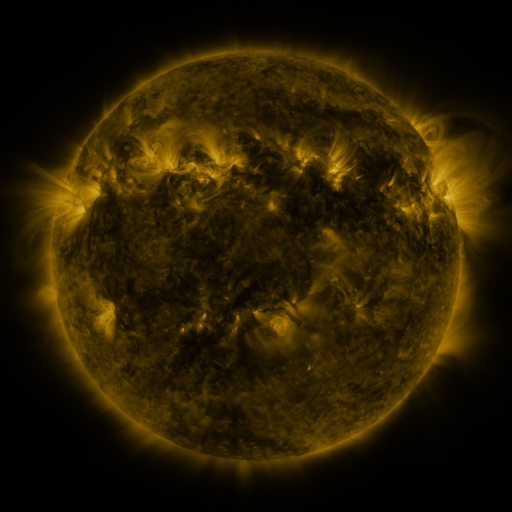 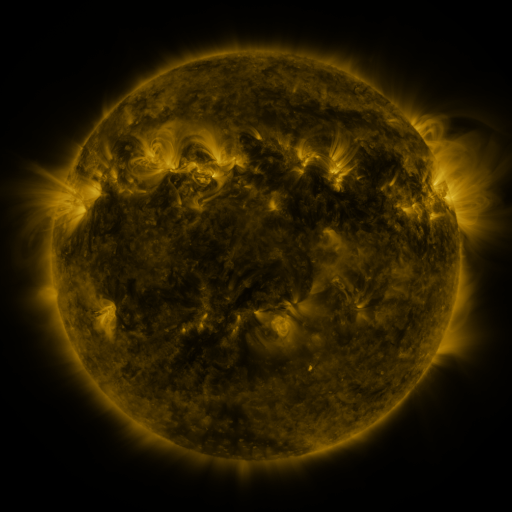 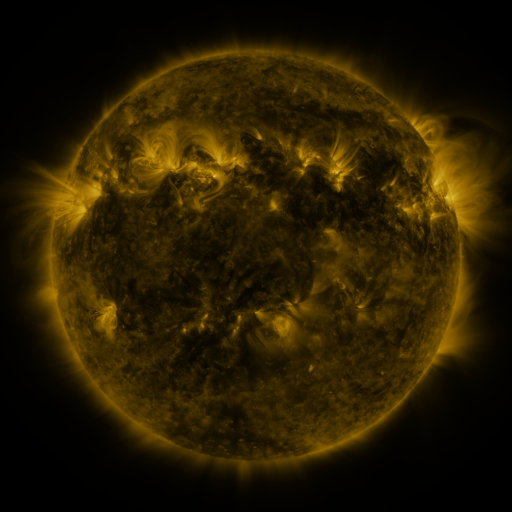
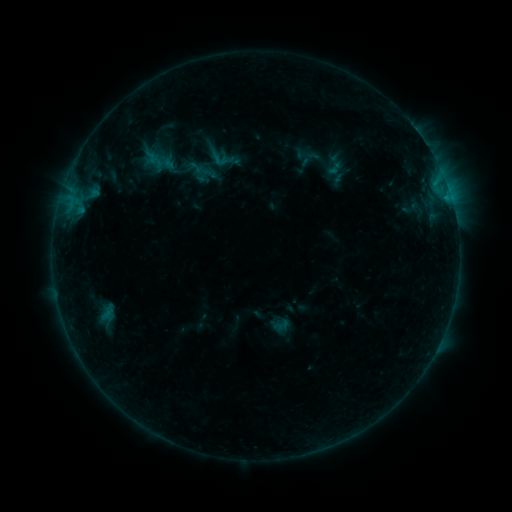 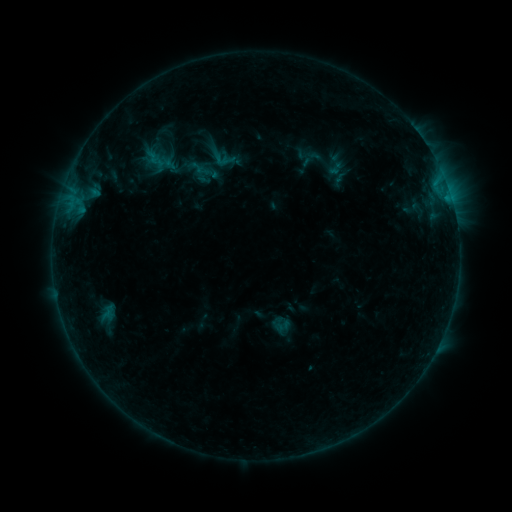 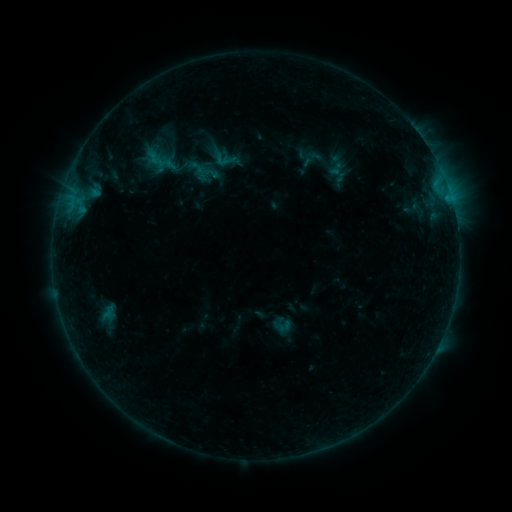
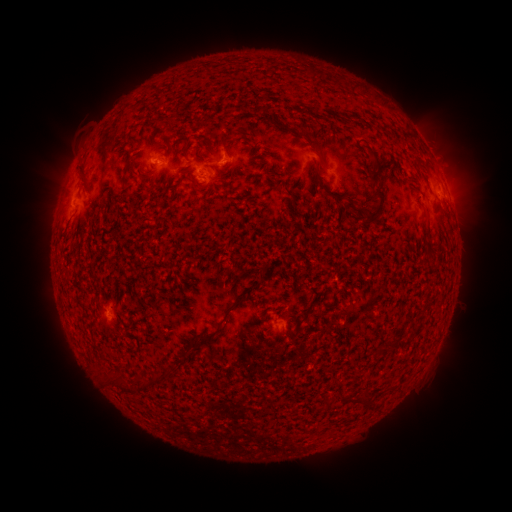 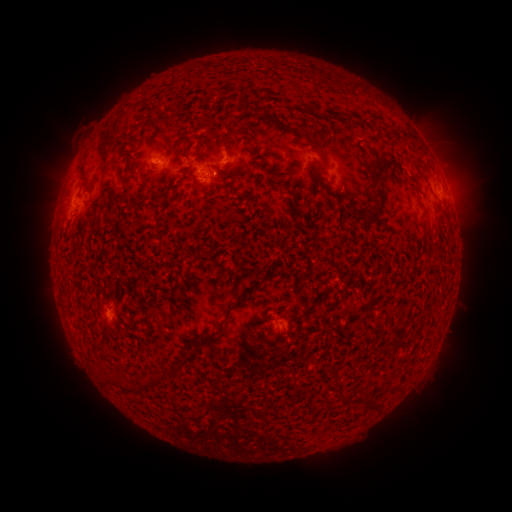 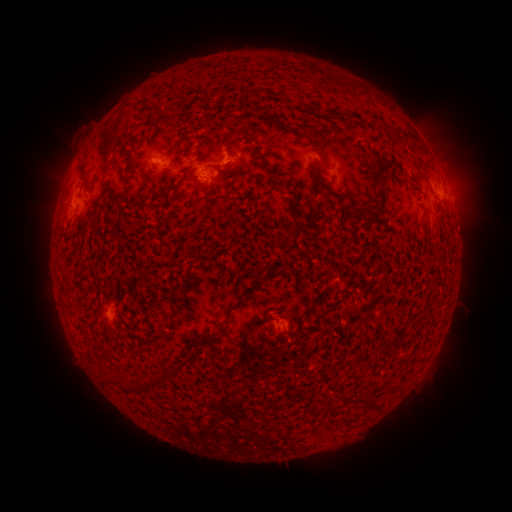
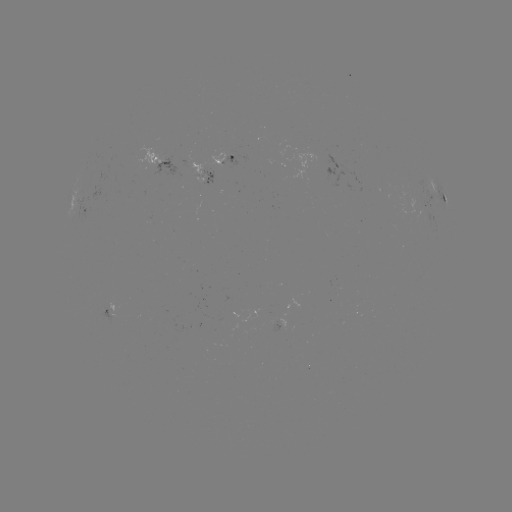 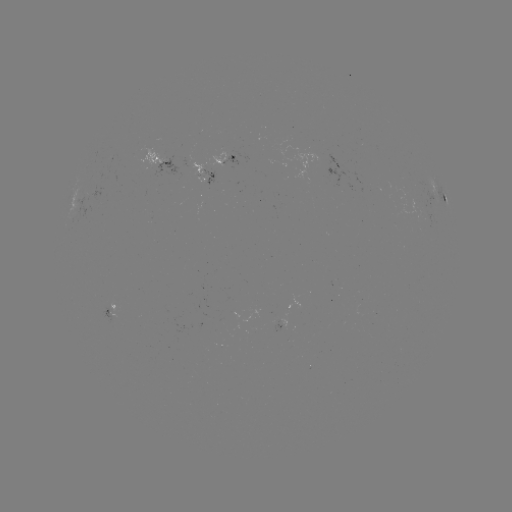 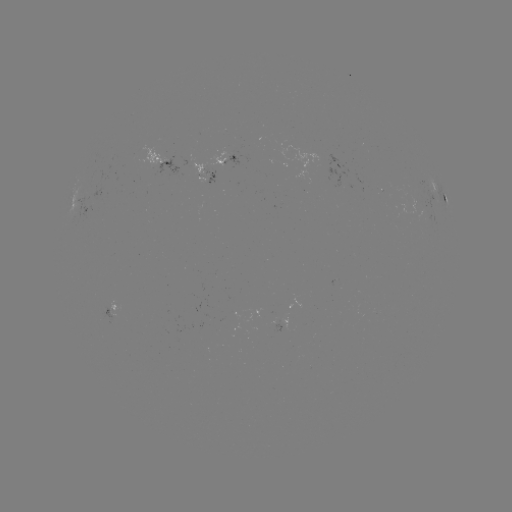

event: emerging-flux region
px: (207, 176)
